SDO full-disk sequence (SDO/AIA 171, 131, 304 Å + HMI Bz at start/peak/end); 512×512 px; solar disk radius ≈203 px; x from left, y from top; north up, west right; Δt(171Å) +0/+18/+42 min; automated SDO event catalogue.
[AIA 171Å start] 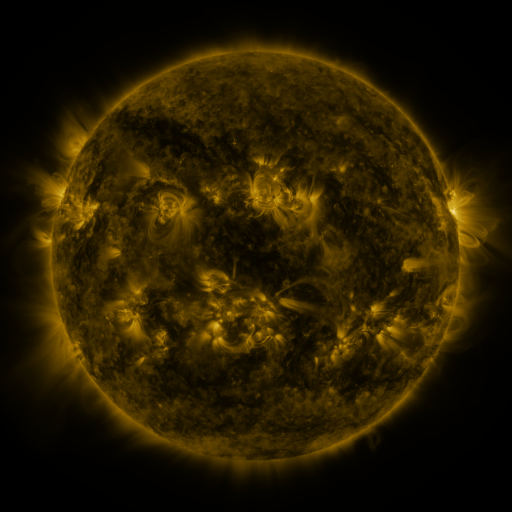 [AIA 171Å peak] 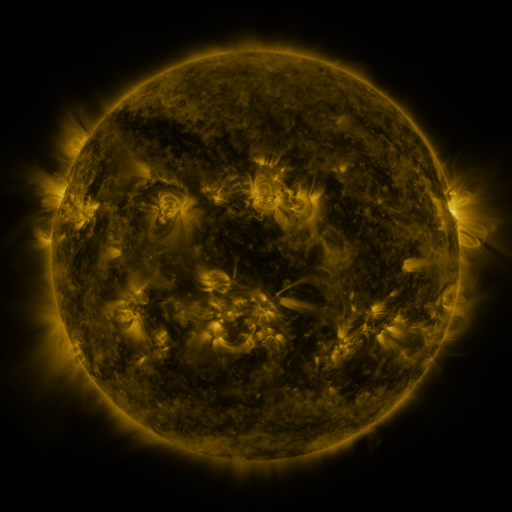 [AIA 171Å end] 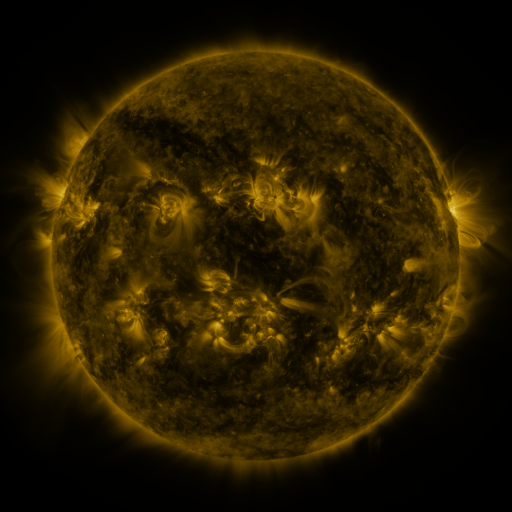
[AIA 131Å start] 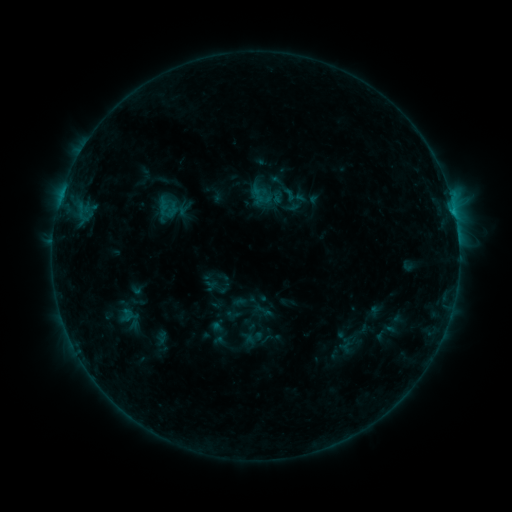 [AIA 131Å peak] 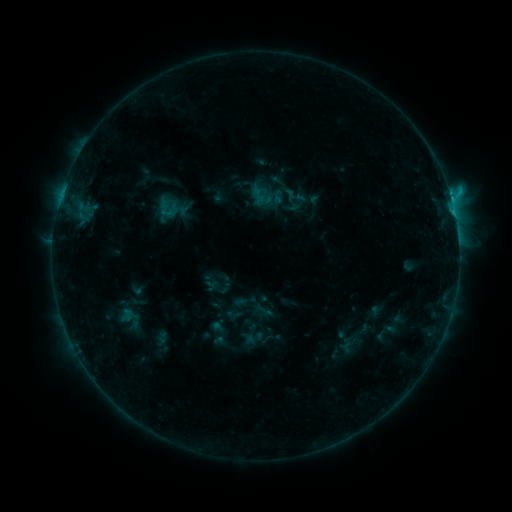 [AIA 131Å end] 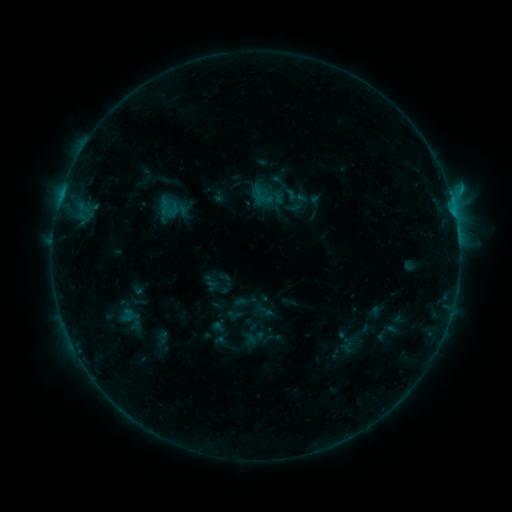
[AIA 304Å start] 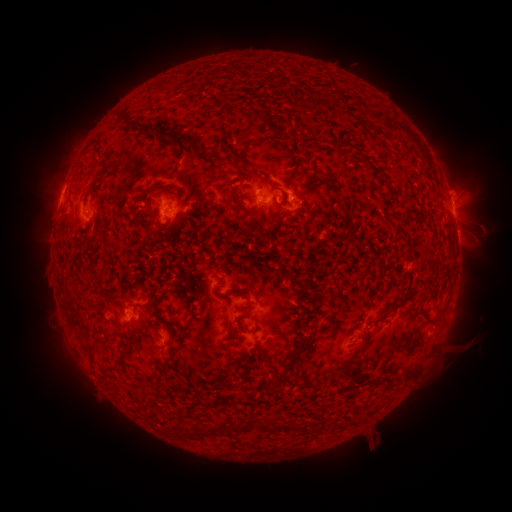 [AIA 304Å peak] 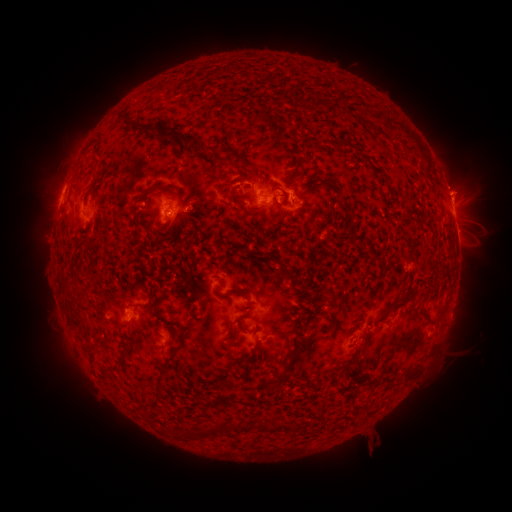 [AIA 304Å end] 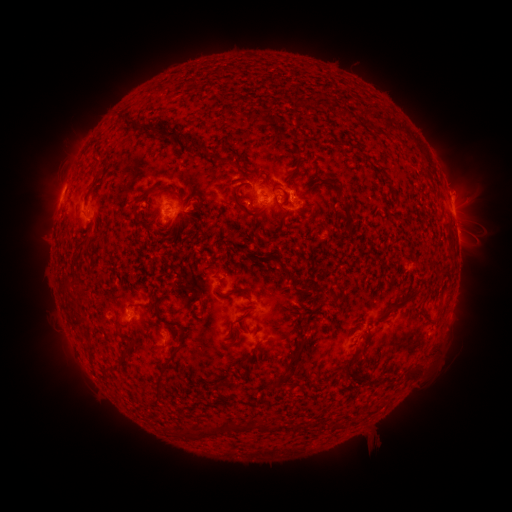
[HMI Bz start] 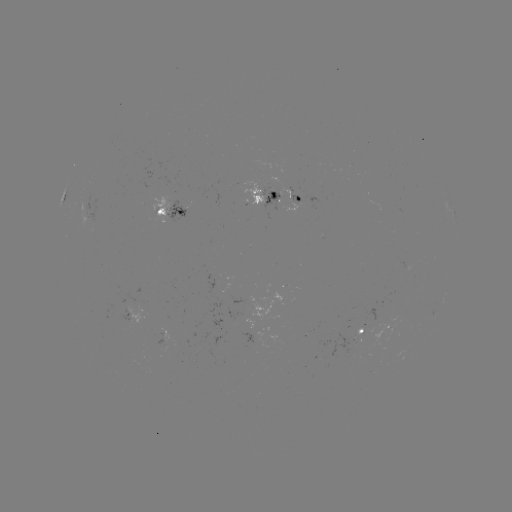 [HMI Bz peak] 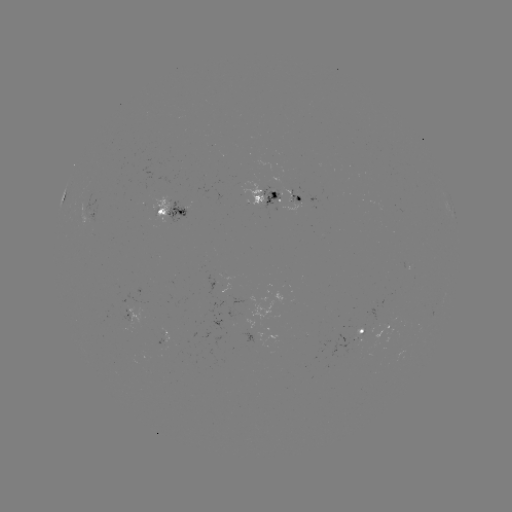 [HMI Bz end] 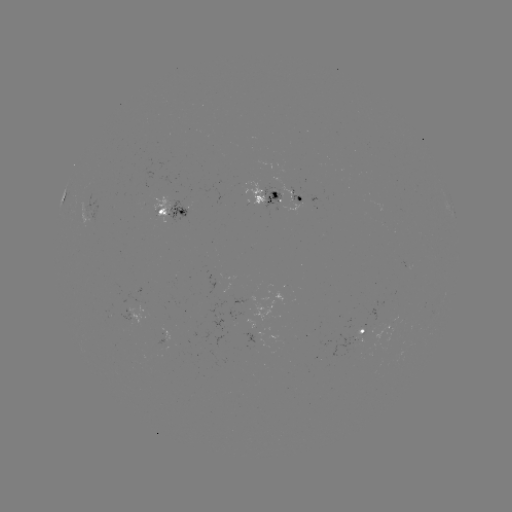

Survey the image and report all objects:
C1.3 flare: (451, 199)
